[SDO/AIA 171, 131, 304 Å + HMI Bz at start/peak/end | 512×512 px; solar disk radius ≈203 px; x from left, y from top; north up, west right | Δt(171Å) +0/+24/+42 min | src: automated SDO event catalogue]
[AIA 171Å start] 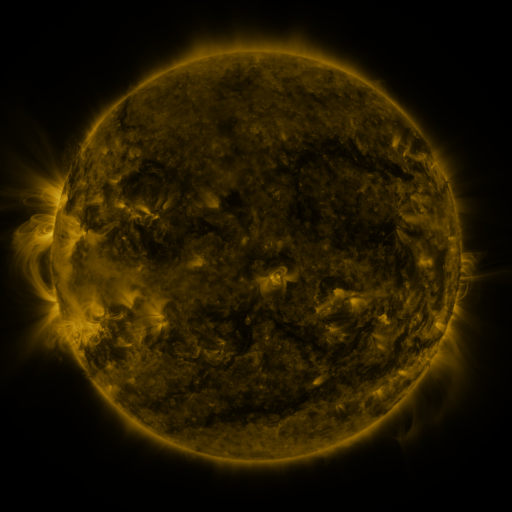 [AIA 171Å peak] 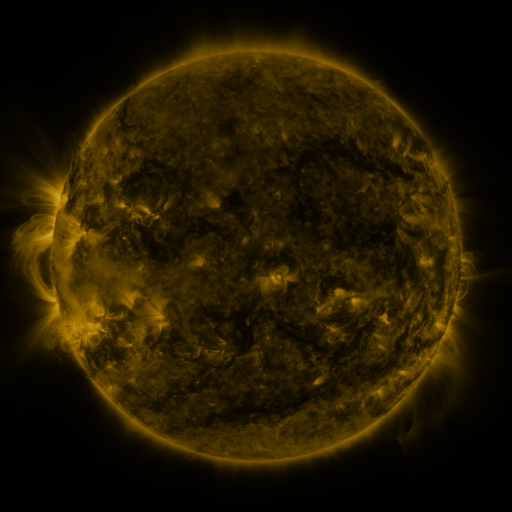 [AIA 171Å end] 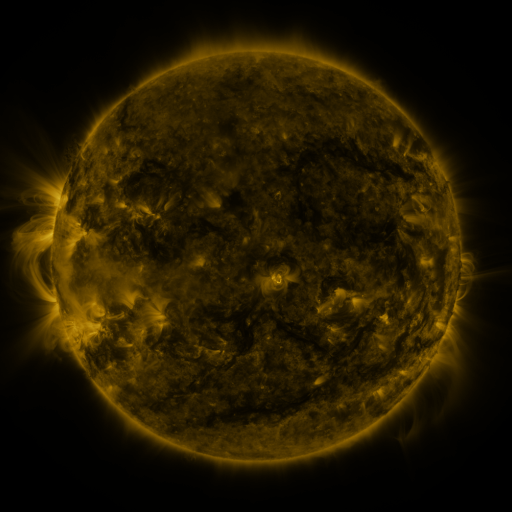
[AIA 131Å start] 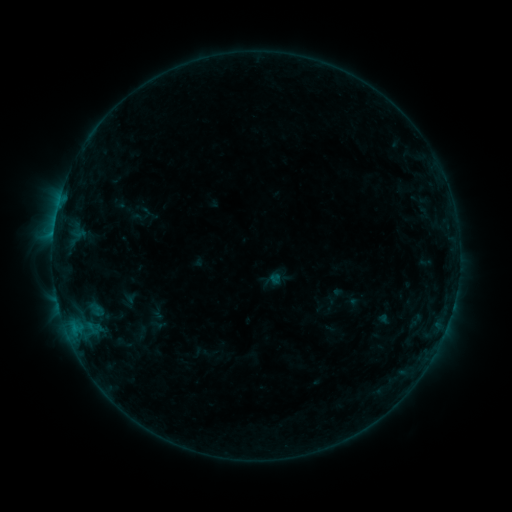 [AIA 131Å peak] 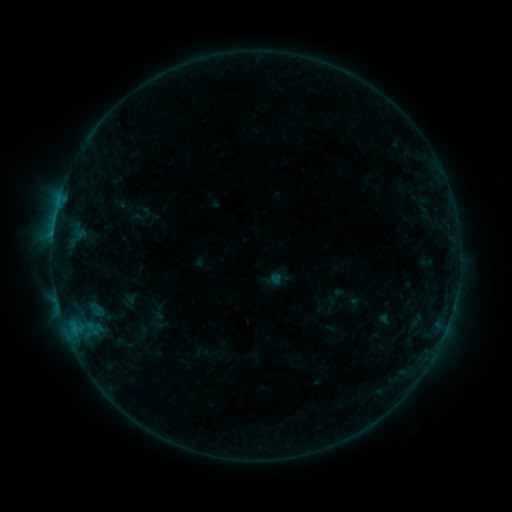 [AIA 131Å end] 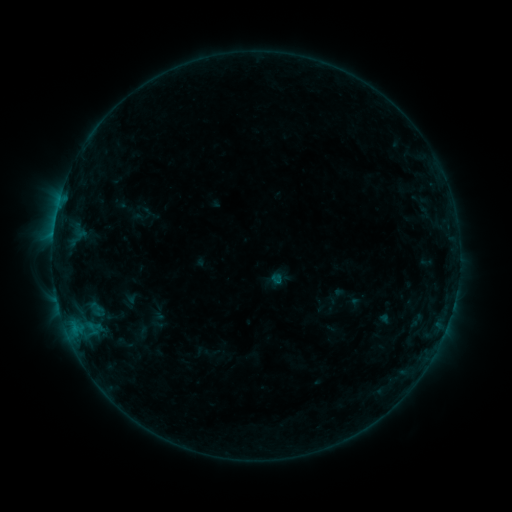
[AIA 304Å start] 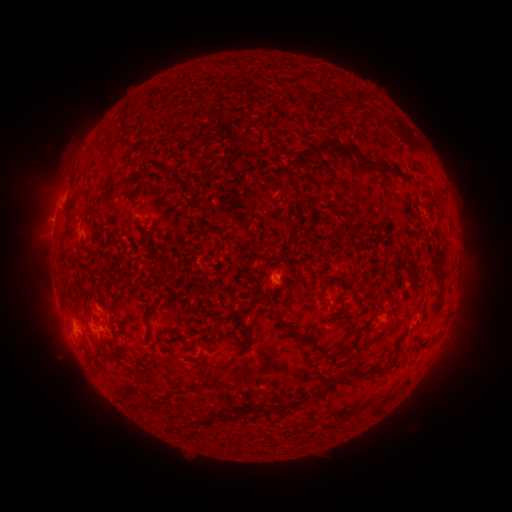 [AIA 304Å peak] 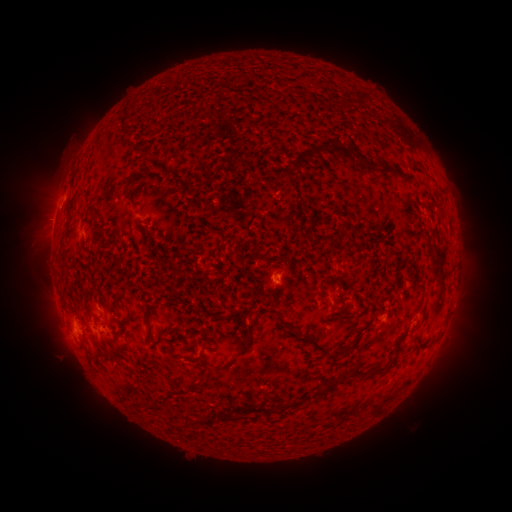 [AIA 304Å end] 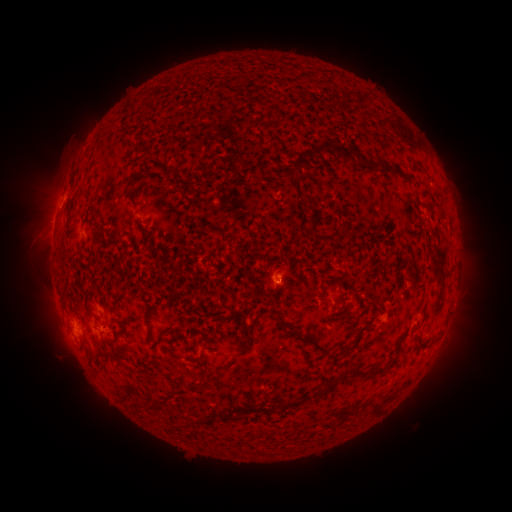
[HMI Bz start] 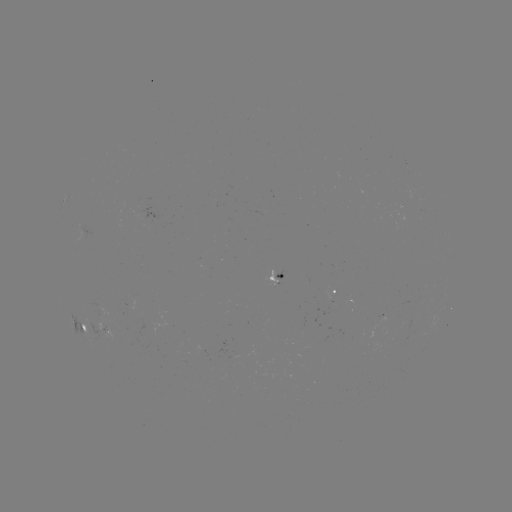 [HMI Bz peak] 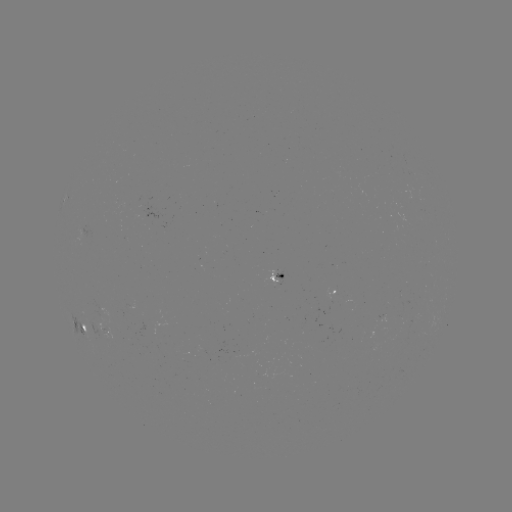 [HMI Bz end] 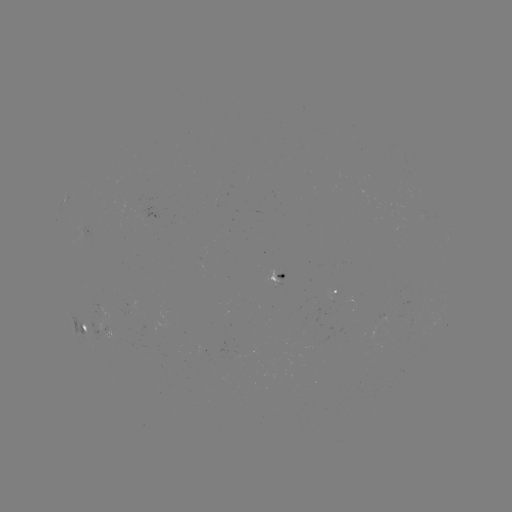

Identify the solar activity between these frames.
no flare in any classed list; no EUV-trigger detection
